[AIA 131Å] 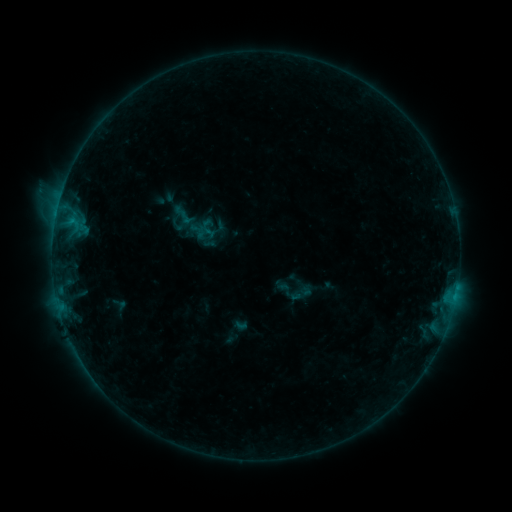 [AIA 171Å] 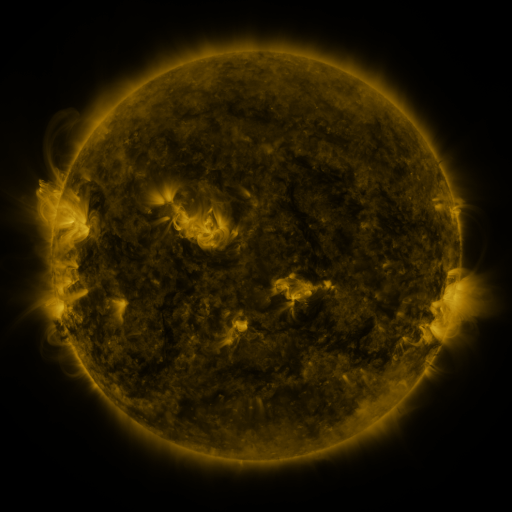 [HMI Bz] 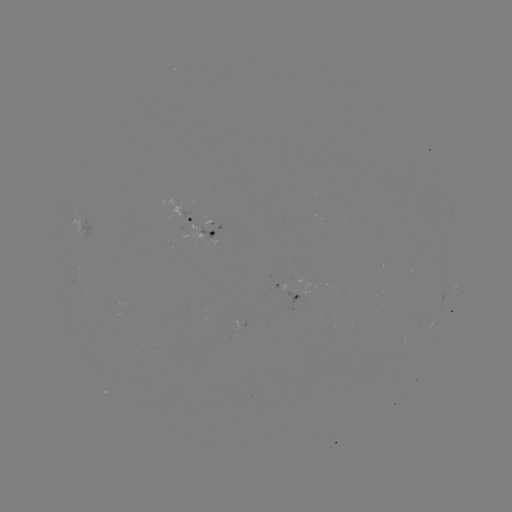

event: sigmoid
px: (181, 214)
